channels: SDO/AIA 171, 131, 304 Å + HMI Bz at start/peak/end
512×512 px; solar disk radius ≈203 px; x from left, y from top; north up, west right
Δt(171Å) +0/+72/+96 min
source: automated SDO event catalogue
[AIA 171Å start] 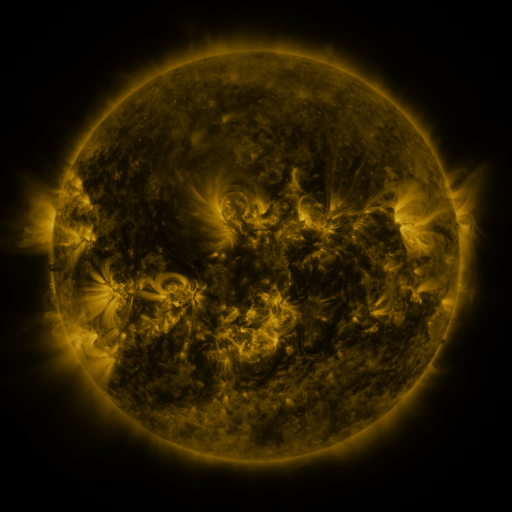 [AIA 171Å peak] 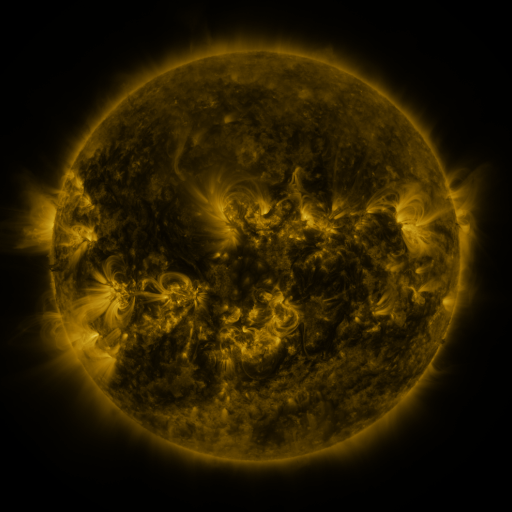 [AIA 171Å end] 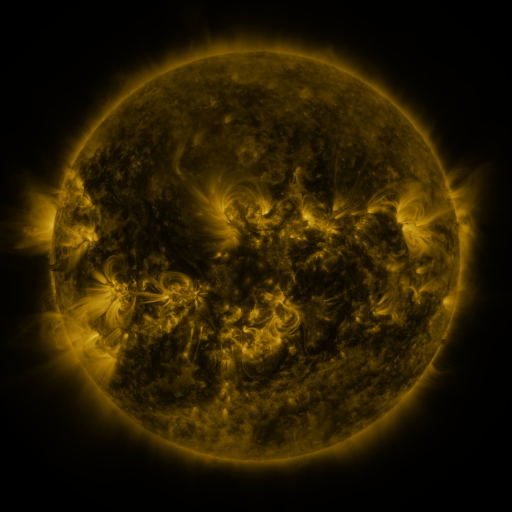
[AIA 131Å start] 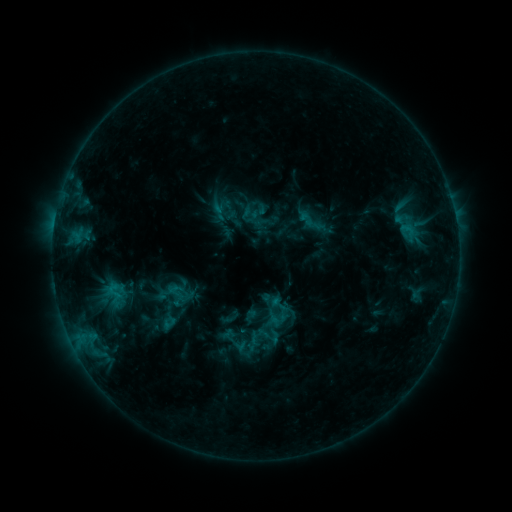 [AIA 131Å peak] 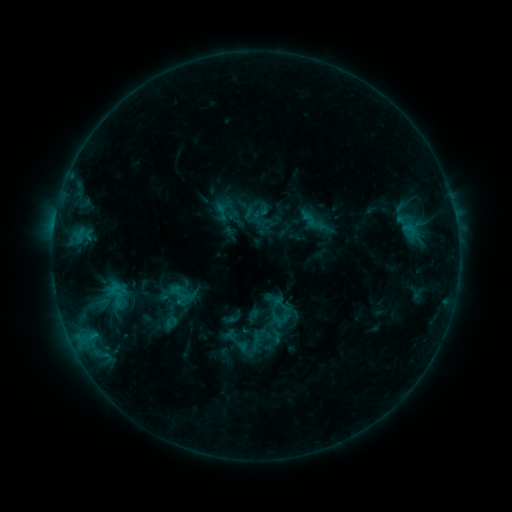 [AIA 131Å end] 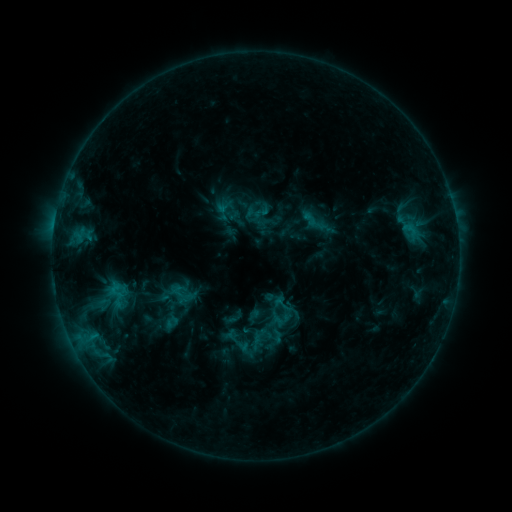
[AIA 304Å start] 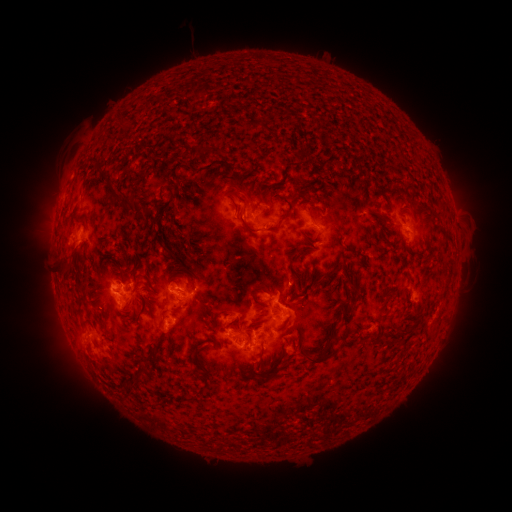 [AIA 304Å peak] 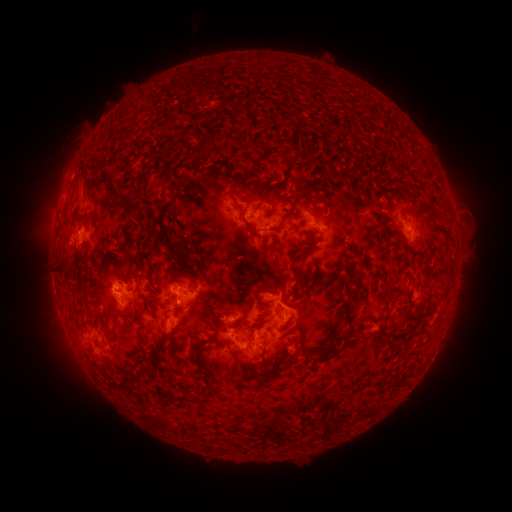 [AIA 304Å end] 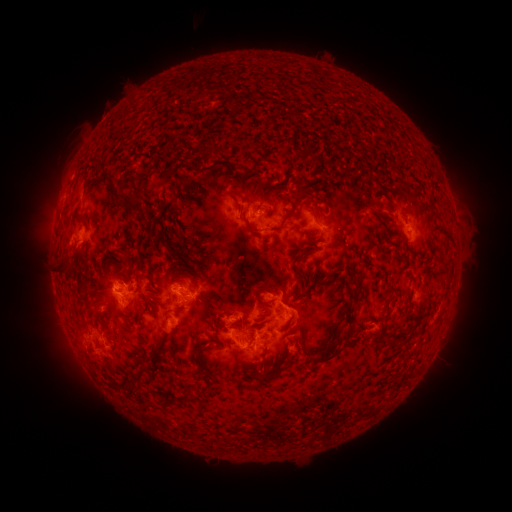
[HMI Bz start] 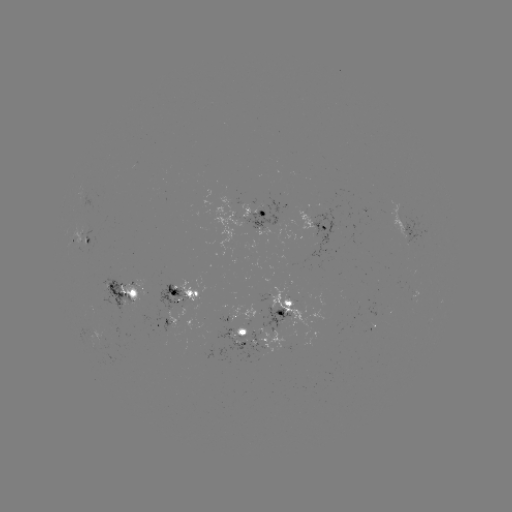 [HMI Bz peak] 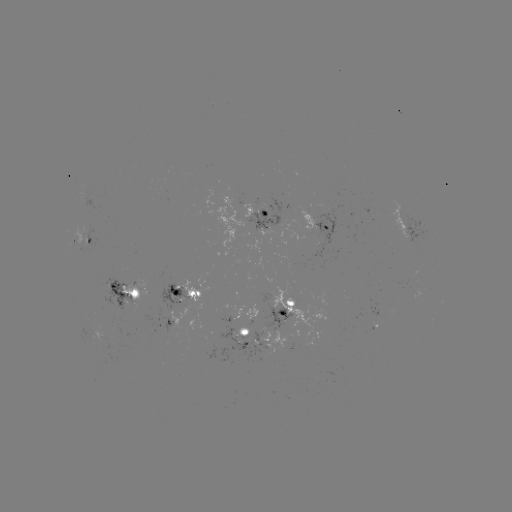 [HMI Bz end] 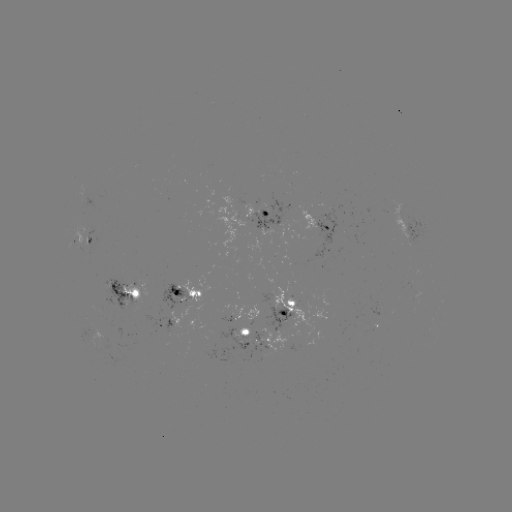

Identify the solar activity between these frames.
emerging-flux region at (400, 218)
